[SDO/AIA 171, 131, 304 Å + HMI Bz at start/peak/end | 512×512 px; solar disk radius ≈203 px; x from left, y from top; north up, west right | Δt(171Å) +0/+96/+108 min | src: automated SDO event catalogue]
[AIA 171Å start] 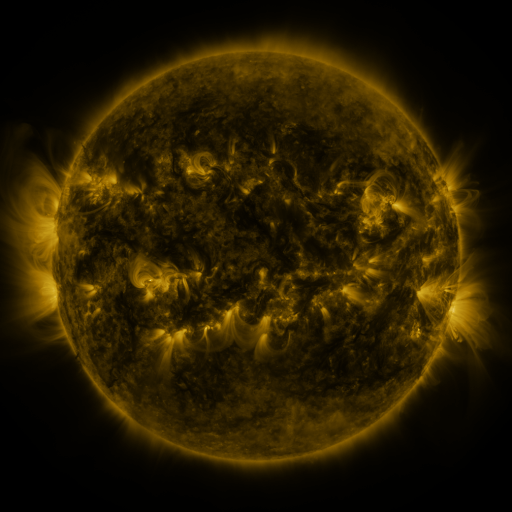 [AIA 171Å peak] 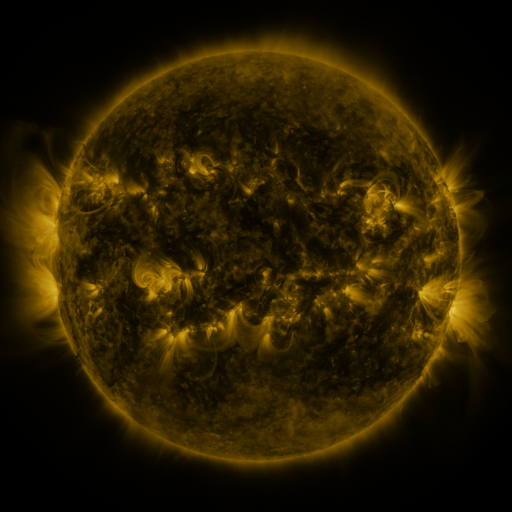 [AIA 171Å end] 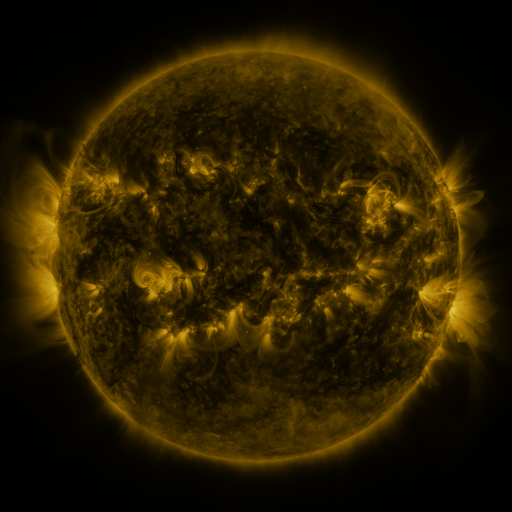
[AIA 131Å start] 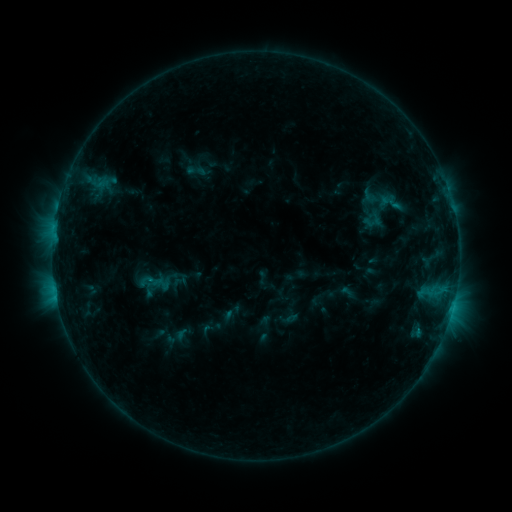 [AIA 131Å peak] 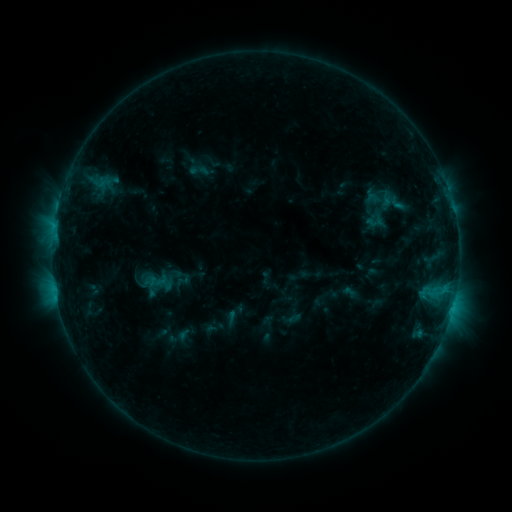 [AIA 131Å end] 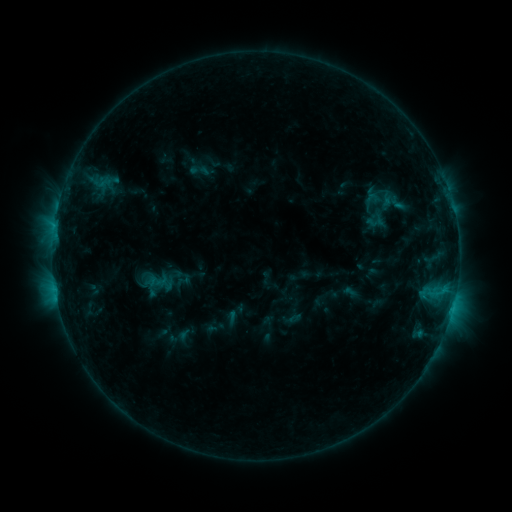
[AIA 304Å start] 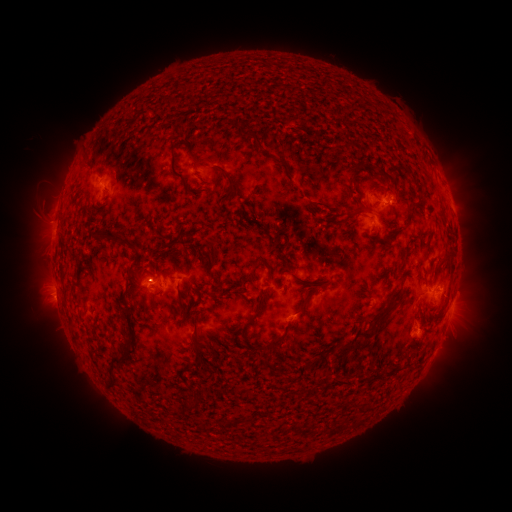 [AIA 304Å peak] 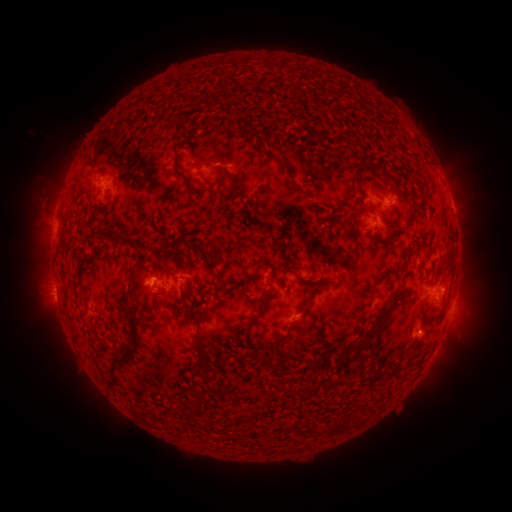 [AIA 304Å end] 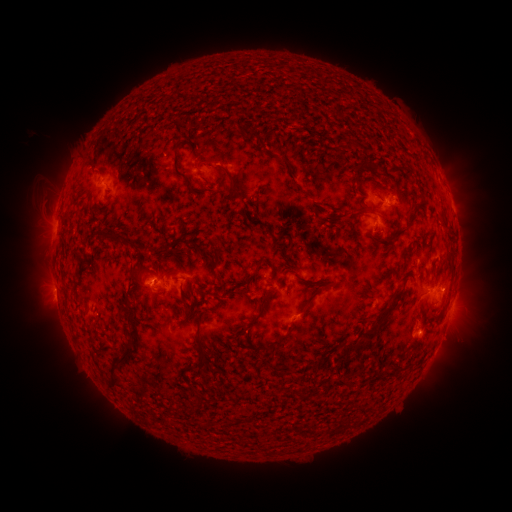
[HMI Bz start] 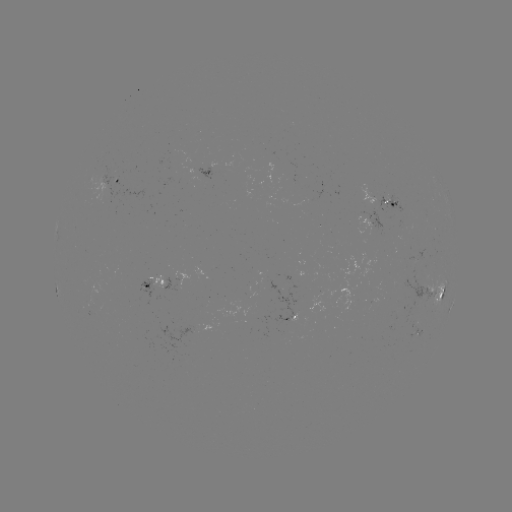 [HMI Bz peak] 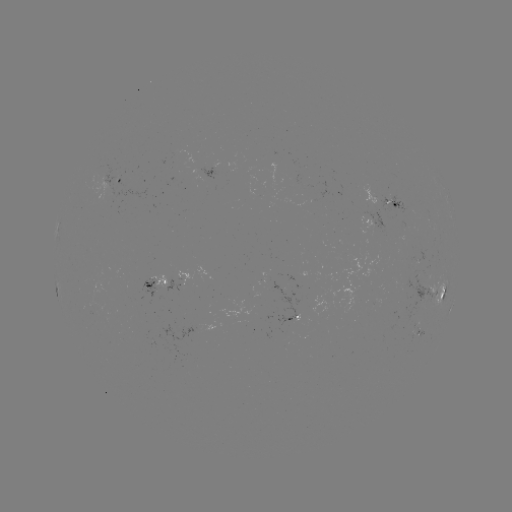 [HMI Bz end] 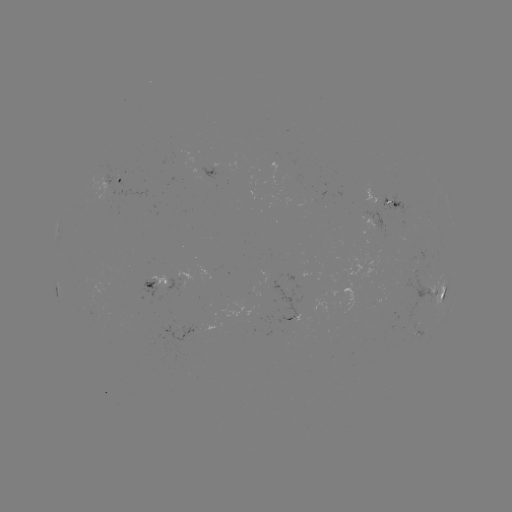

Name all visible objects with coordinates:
emerging-flux region: (161, 288)
